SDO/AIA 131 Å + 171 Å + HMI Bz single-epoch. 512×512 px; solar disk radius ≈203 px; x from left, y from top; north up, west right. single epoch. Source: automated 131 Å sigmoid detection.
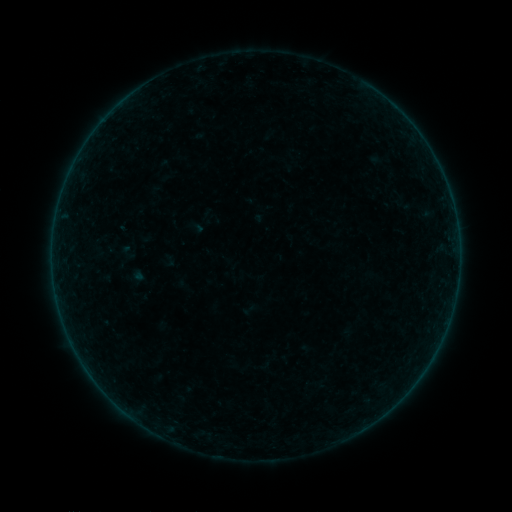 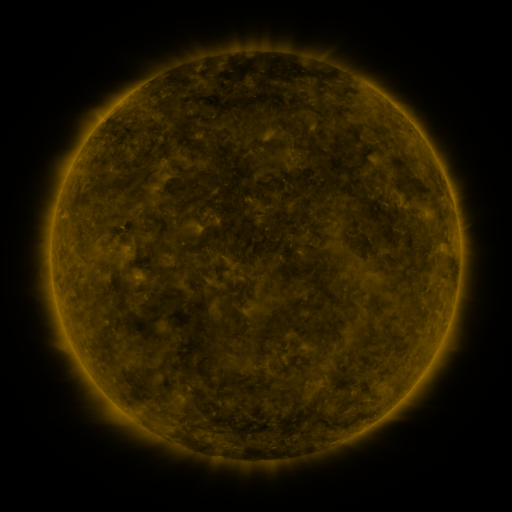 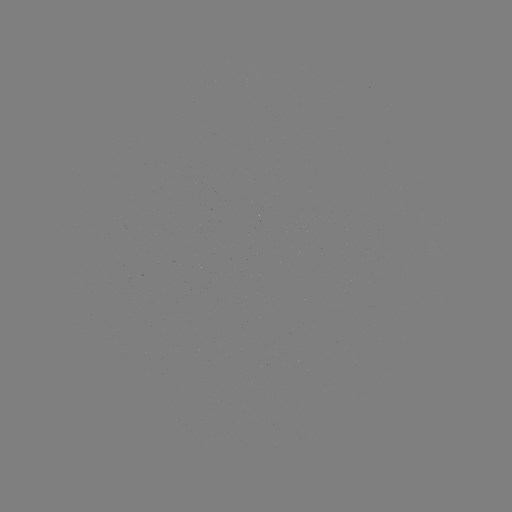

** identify sigmoid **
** (206, 217) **